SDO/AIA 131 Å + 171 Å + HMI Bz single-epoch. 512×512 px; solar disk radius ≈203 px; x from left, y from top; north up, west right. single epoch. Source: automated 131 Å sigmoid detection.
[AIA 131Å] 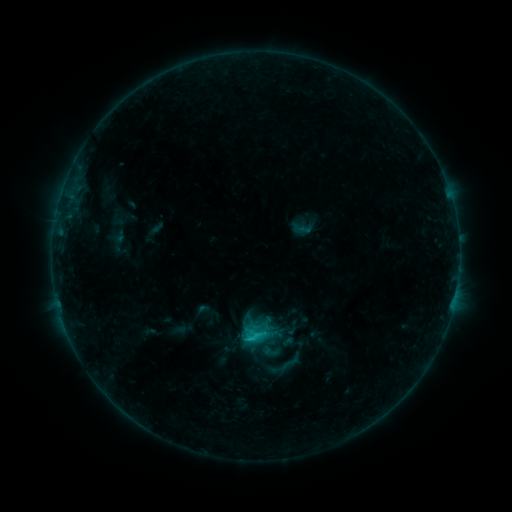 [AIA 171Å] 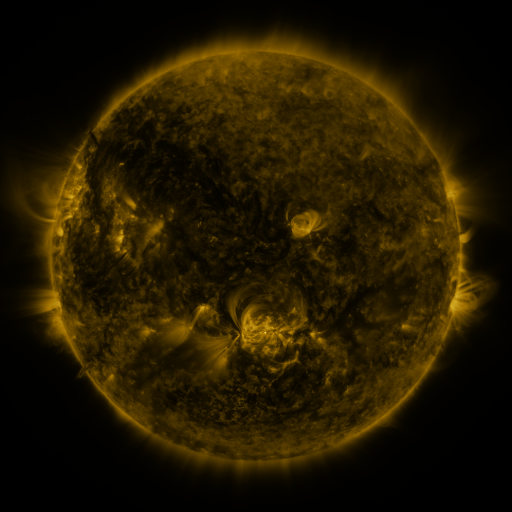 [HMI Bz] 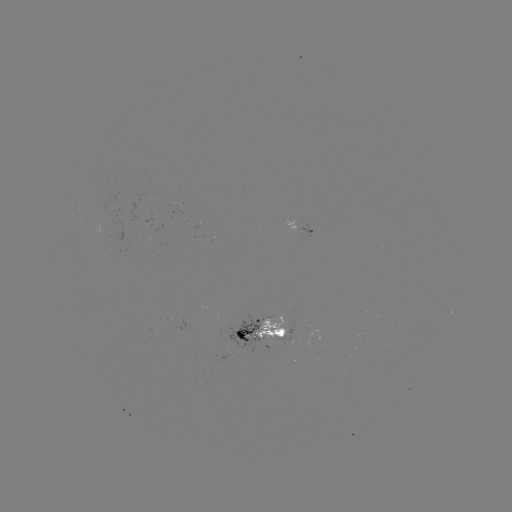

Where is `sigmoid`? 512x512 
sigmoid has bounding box [279, 350, 303, 374].